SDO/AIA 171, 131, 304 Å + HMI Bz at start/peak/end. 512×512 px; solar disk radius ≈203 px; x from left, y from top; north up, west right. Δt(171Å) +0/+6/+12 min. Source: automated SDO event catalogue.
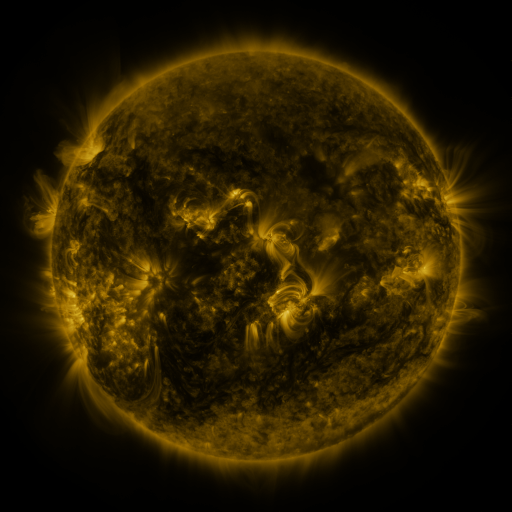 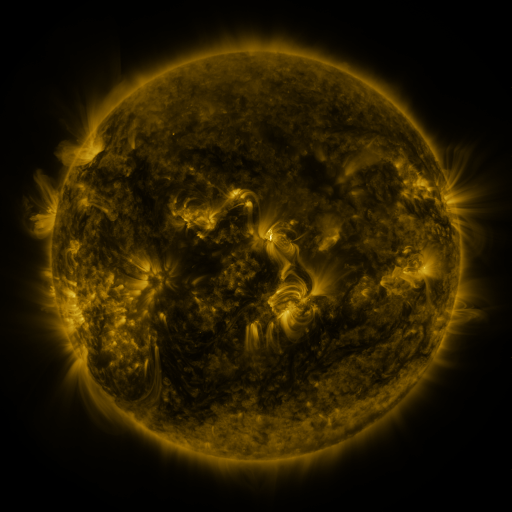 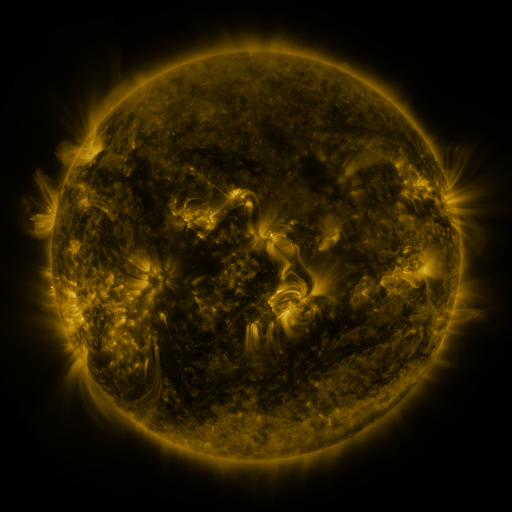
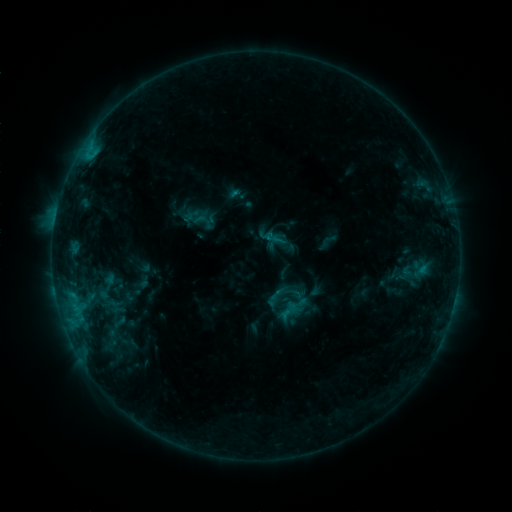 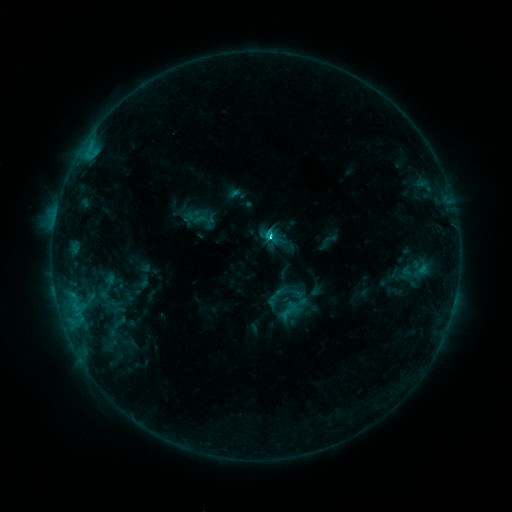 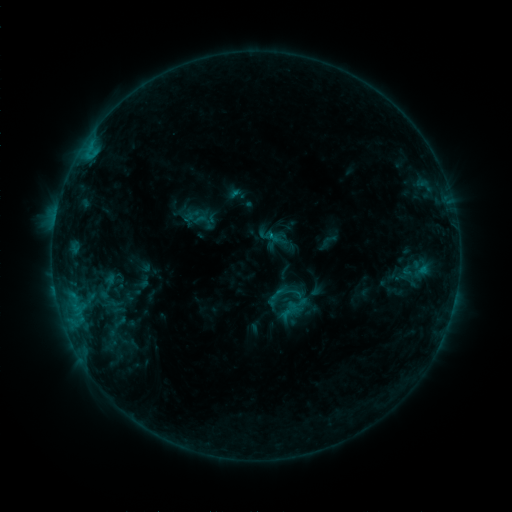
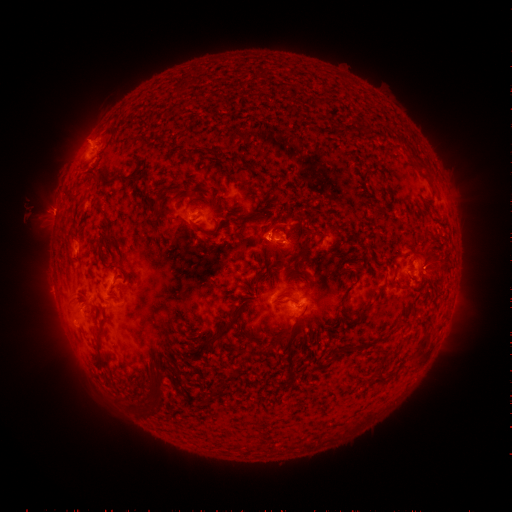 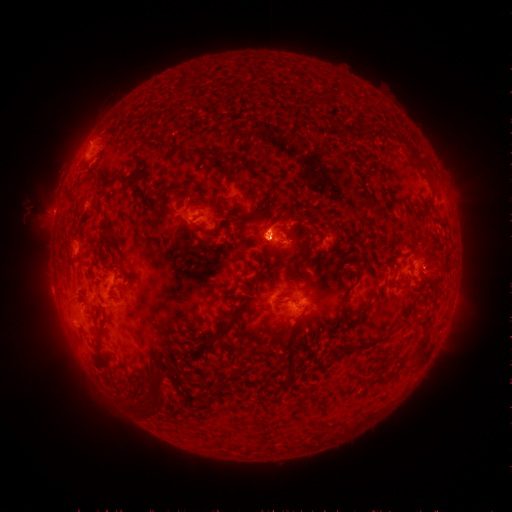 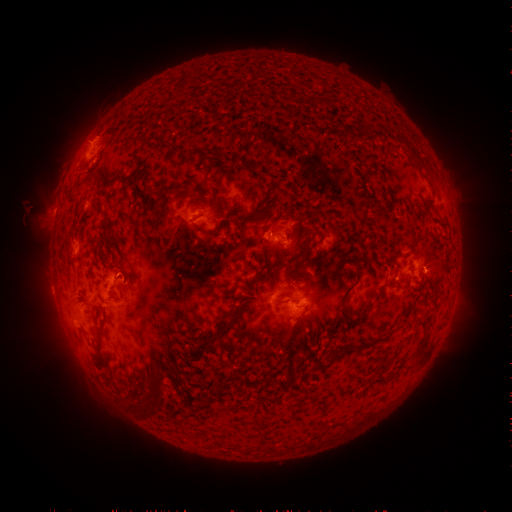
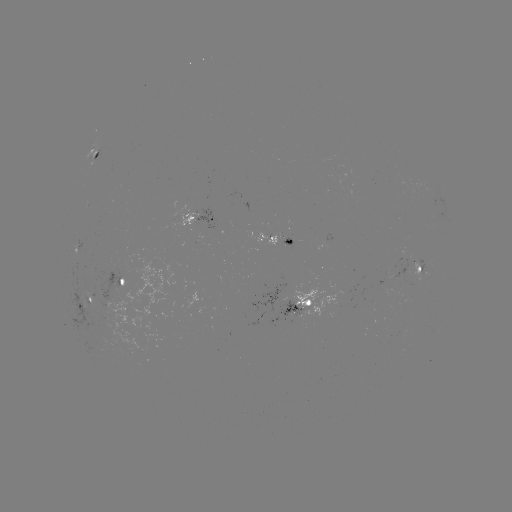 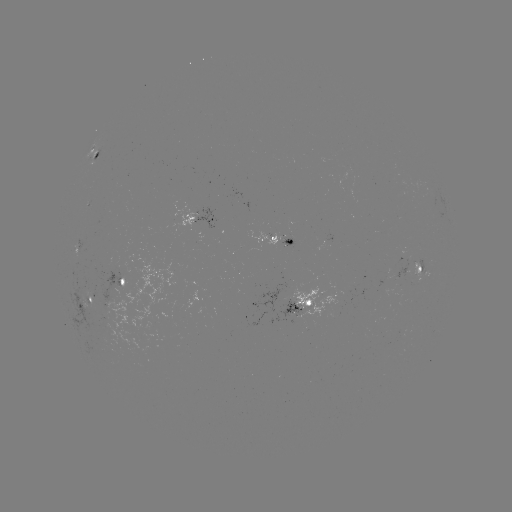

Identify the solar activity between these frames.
C4.0 flare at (266, 239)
